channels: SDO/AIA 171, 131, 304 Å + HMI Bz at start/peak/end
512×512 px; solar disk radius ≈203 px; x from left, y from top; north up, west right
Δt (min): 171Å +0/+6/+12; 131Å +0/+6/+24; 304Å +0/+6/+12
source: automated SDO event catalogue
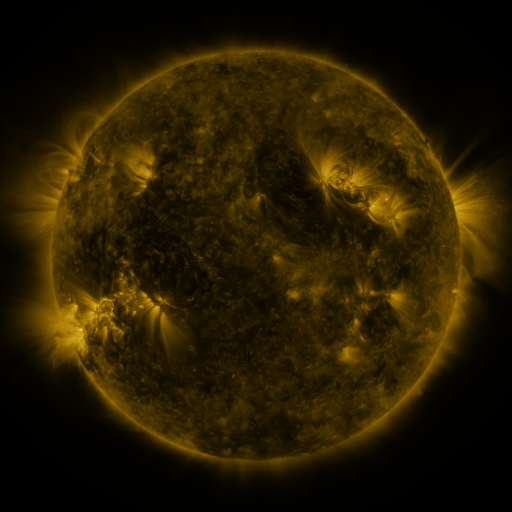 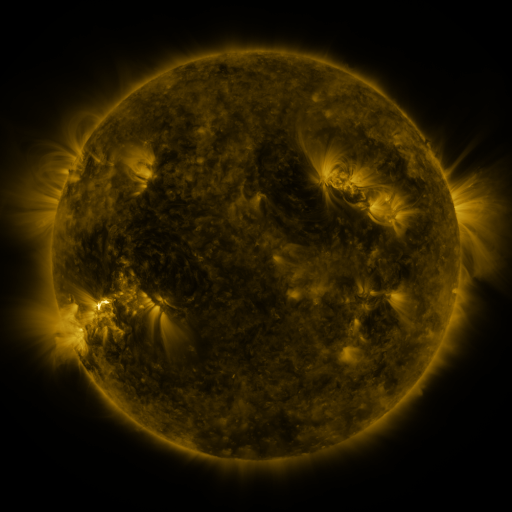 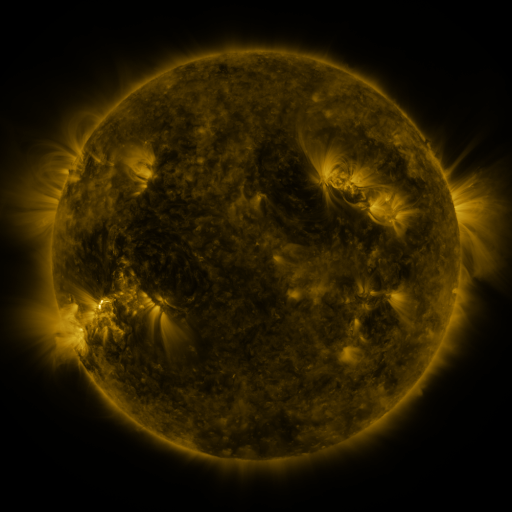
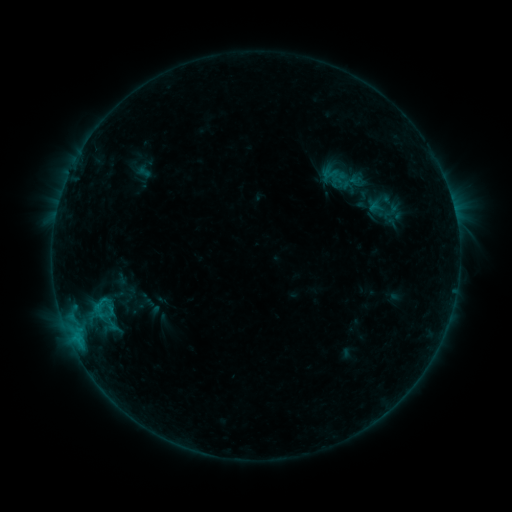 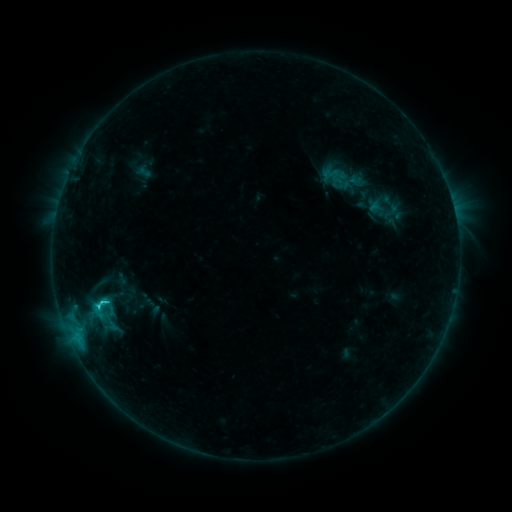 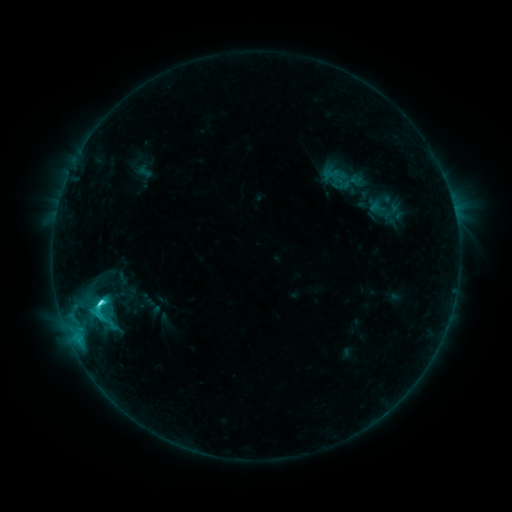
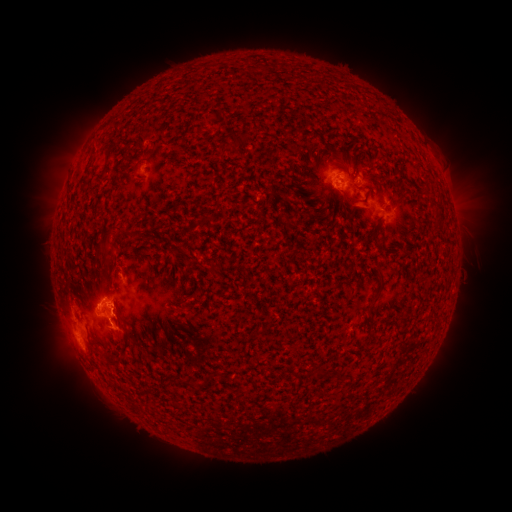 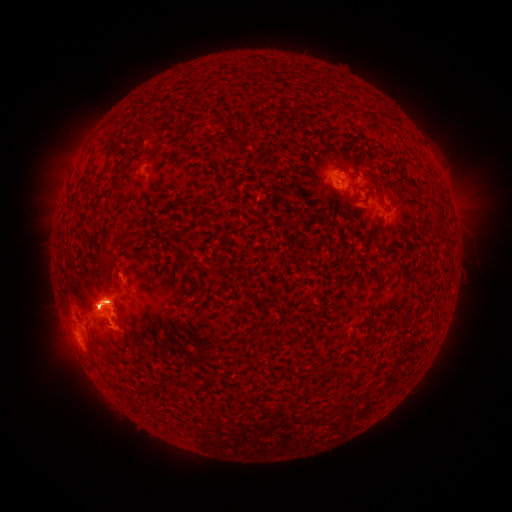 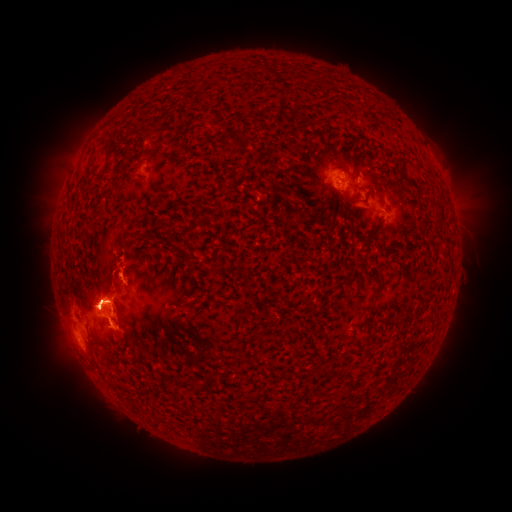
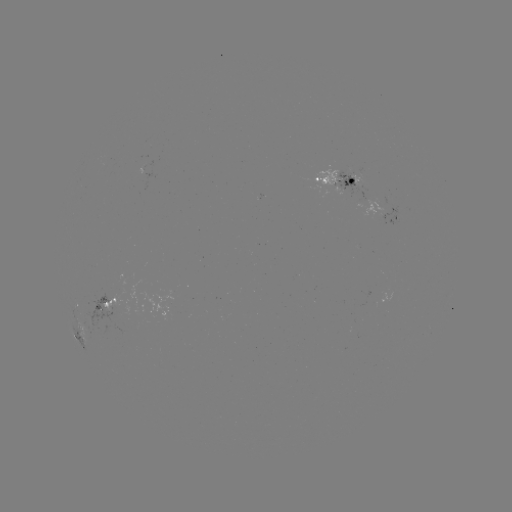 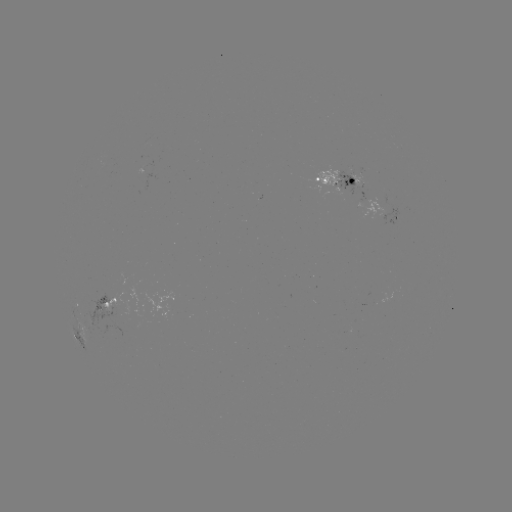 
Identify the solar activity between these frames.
eruption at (460, 180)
